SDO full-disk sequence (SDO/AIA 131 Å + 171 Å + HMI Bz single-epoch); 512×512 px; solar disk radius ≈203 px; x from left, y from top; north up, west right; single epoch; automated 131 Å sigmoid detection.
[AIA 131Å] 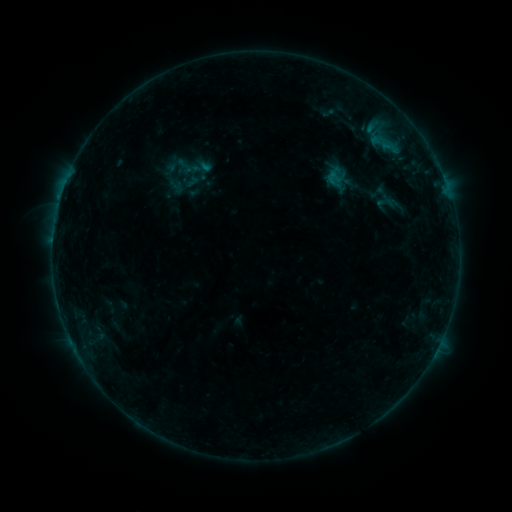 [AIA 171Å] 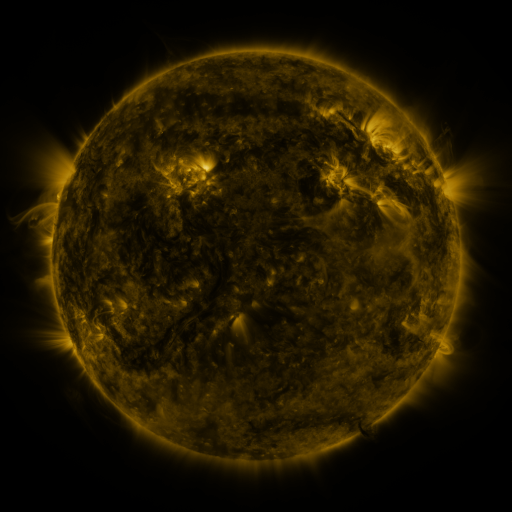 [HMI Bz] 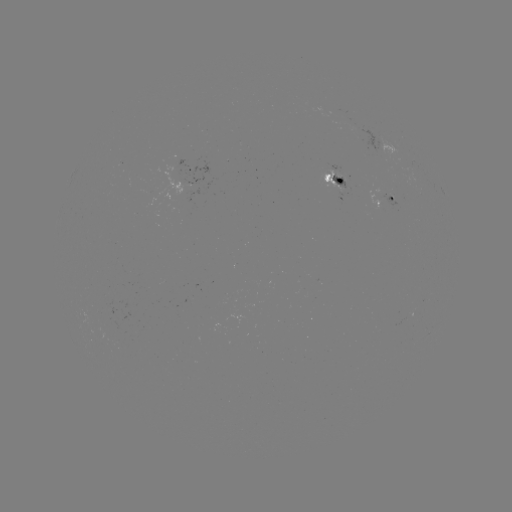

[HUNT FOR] sigmoid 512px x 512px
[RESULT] [185, 166]